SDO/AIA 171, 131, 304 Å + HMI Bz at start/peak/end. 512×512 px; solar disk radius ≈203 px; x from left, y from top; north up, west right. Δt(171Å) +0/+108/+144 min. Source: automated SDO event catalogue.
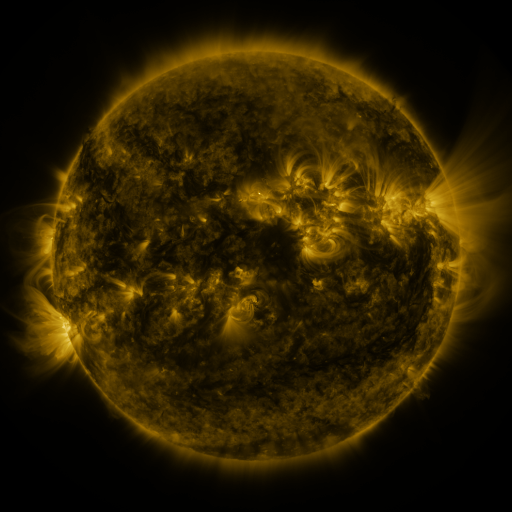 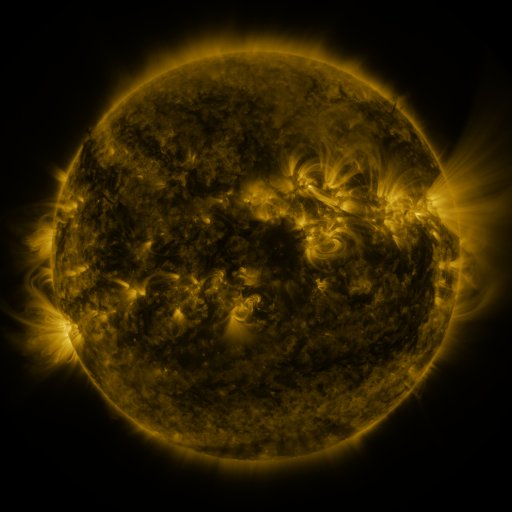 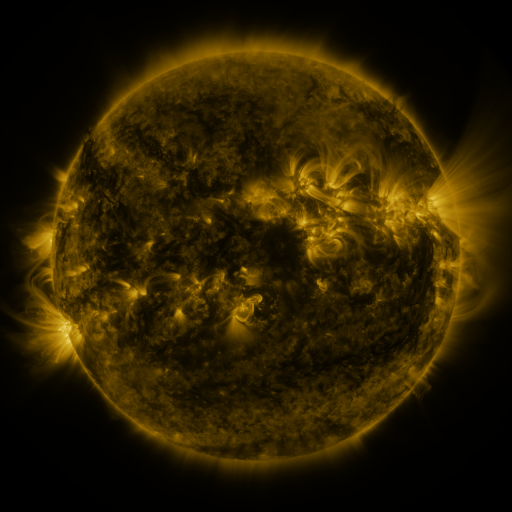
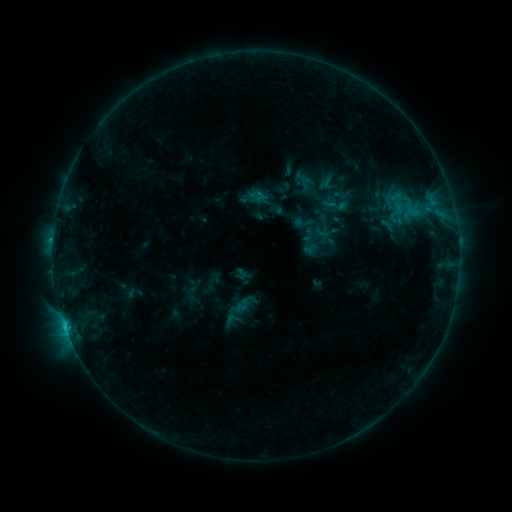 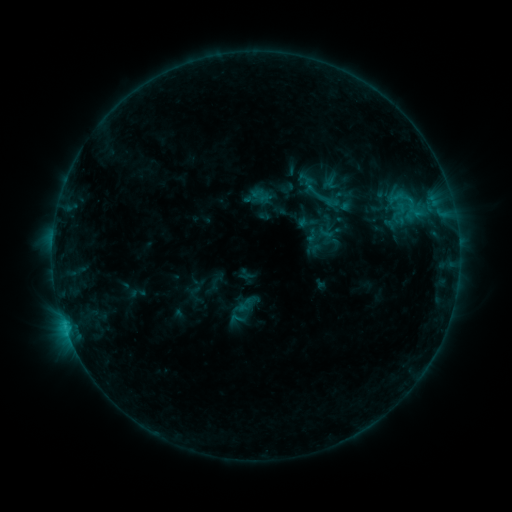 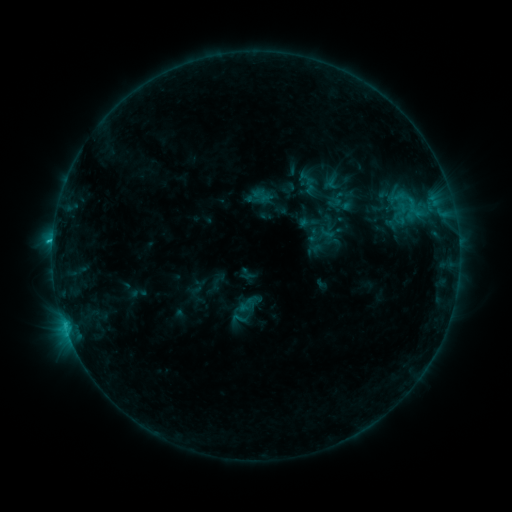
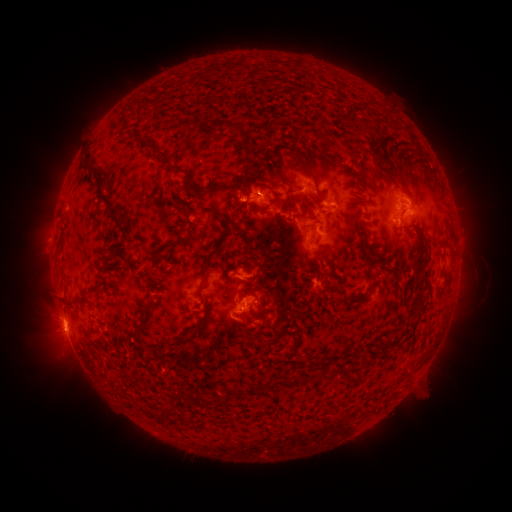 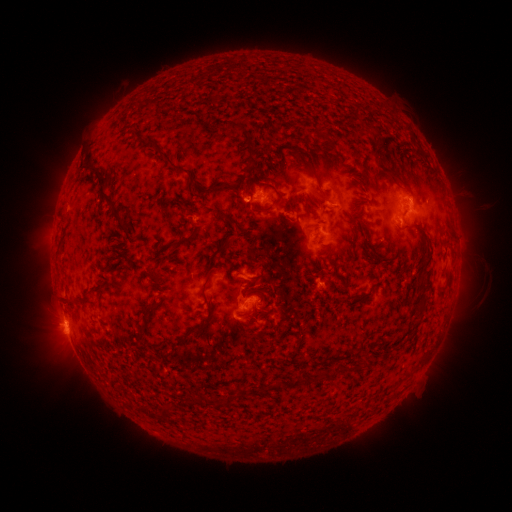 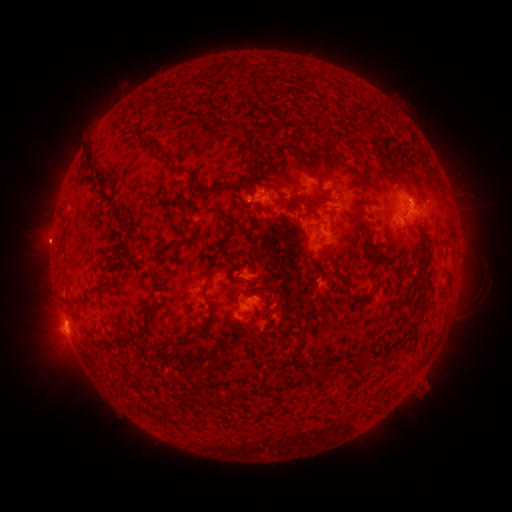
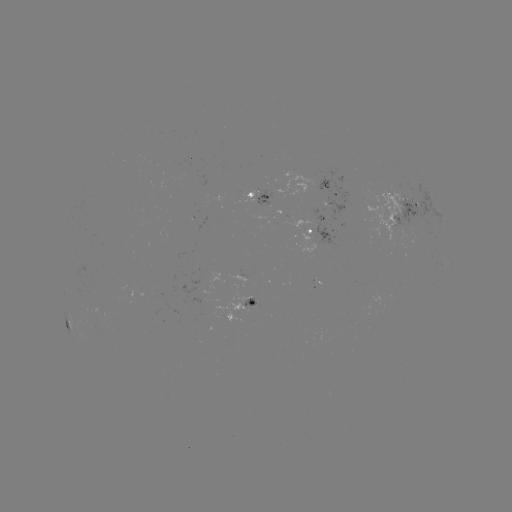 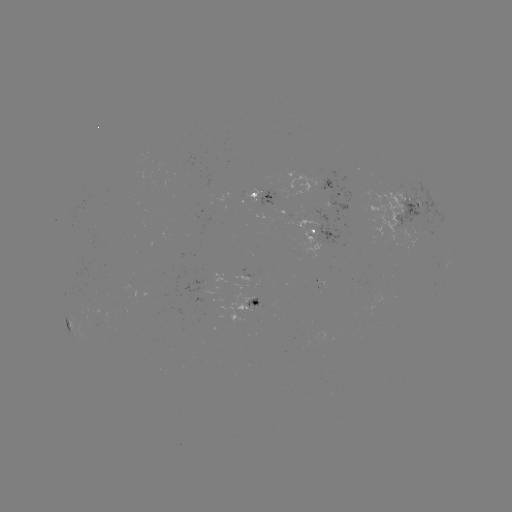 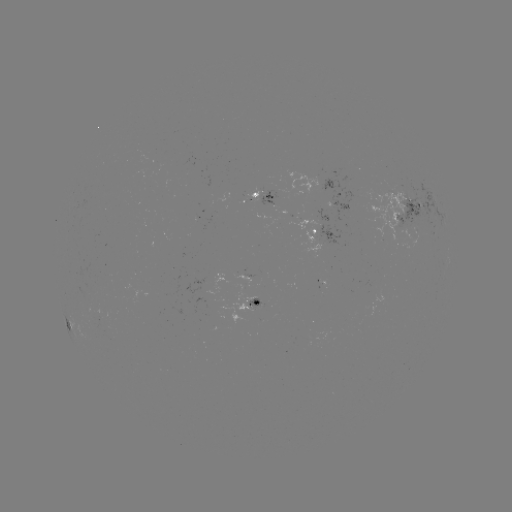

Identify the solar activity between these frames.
emerging-flux region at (321, 225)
